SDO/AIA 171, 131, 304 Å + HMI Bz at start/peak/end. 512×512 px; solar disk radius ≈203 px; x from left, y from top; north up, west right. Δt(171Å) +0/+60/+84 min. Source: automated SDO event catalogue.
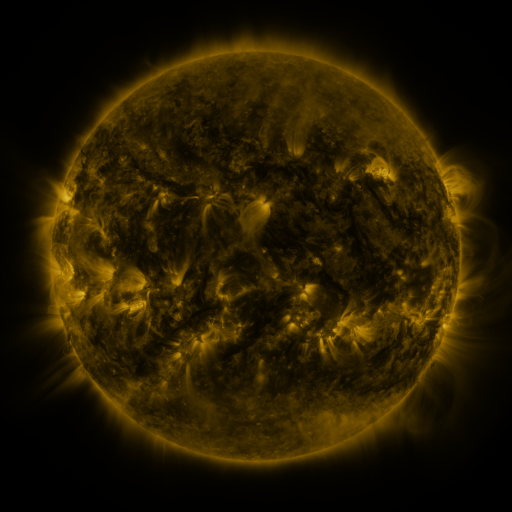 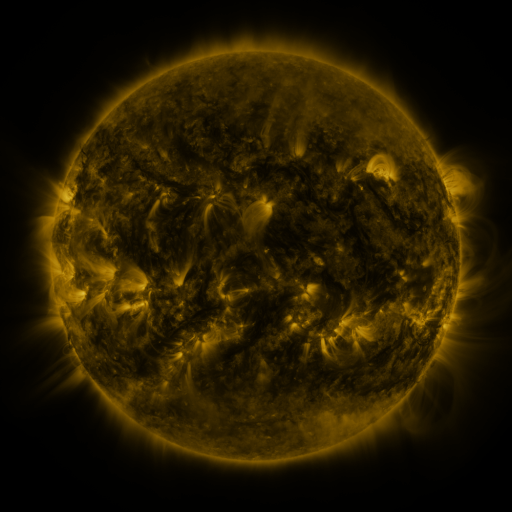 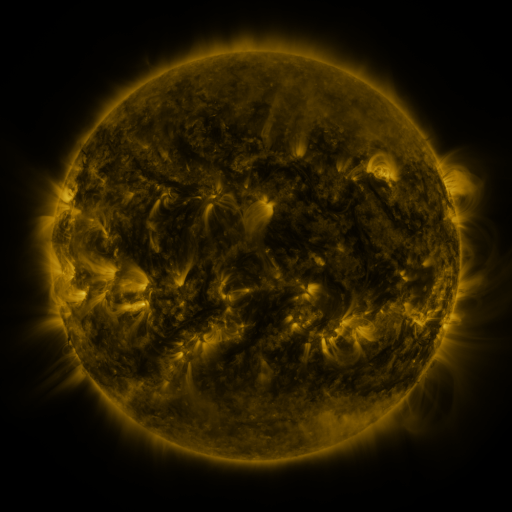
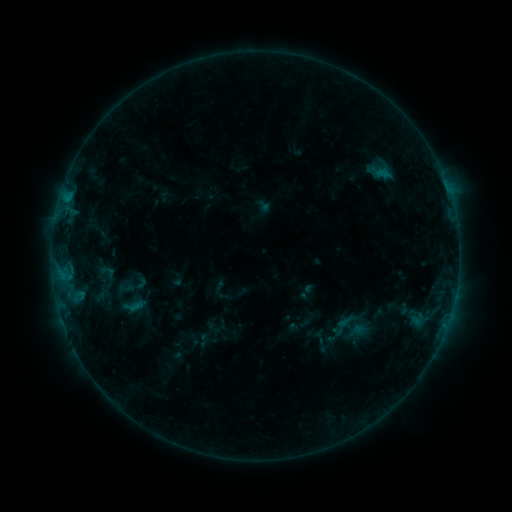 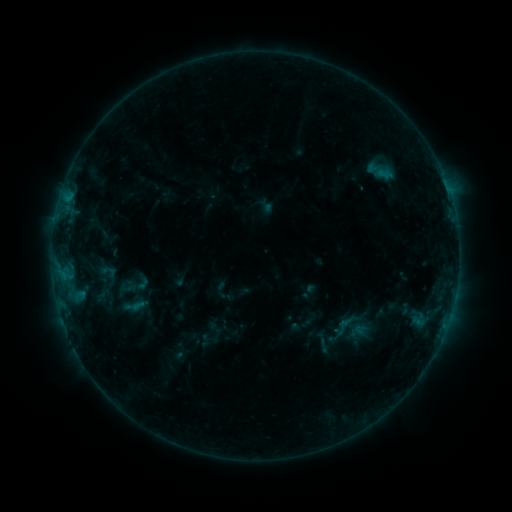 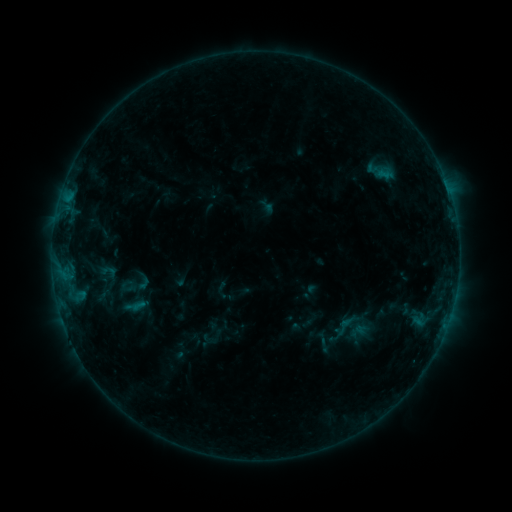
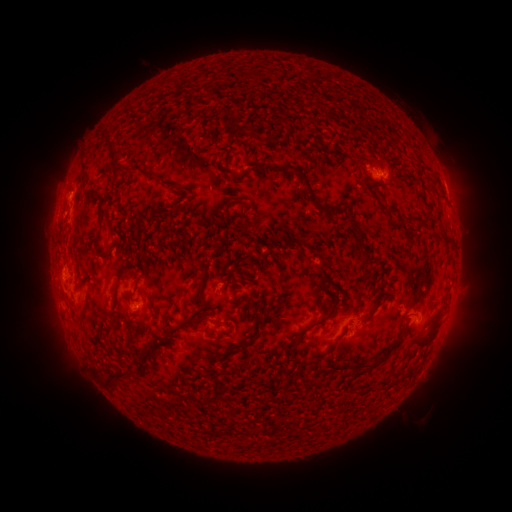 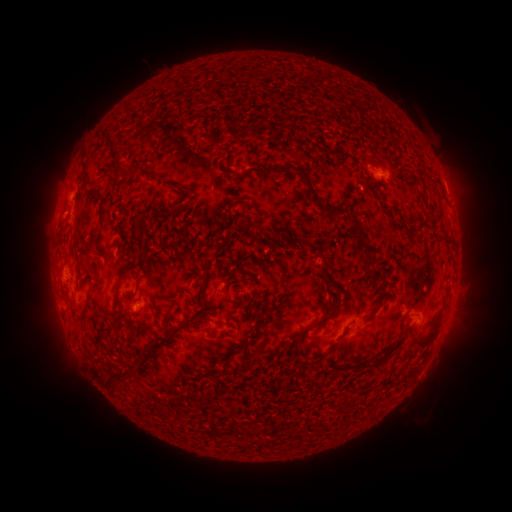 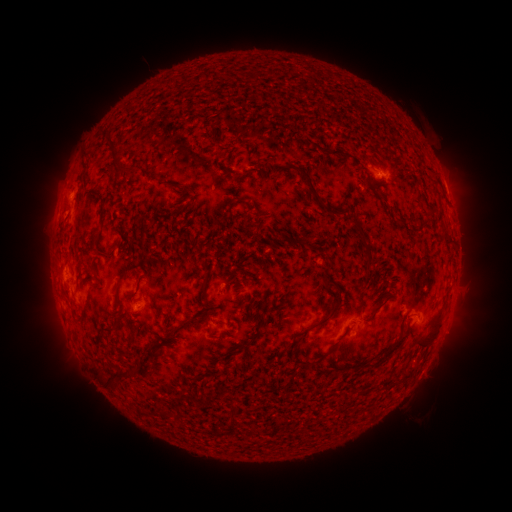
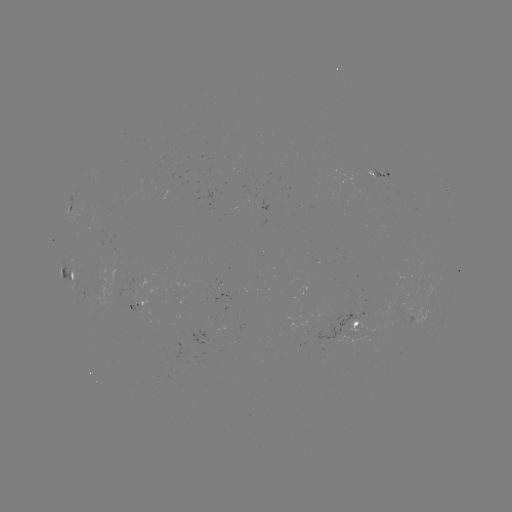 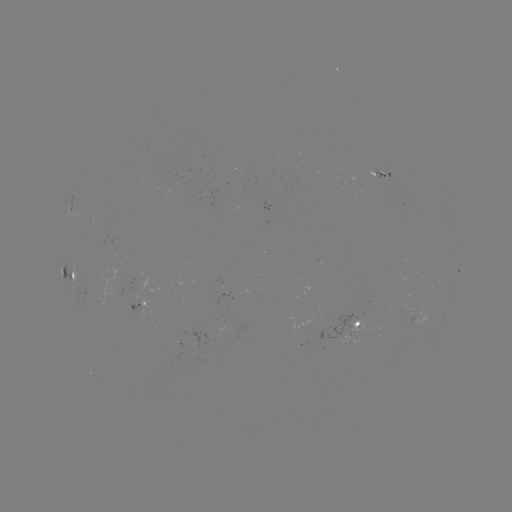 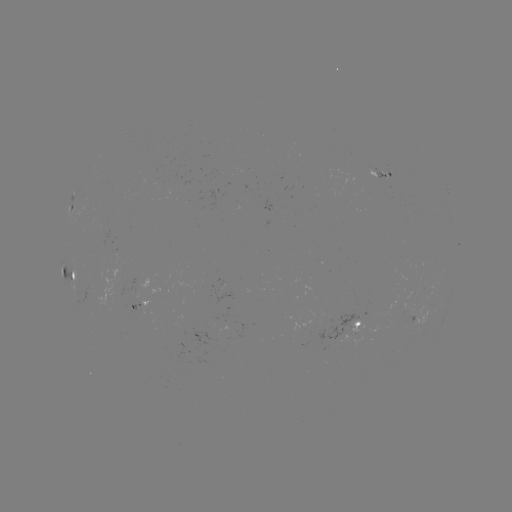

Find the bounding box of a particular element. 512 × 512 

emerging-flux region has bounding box [188, 324, 215, 343].